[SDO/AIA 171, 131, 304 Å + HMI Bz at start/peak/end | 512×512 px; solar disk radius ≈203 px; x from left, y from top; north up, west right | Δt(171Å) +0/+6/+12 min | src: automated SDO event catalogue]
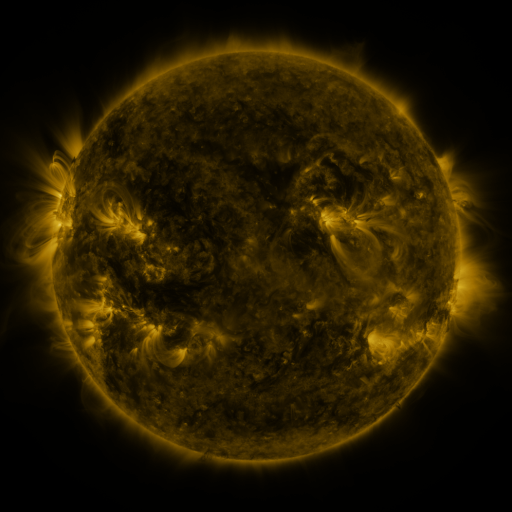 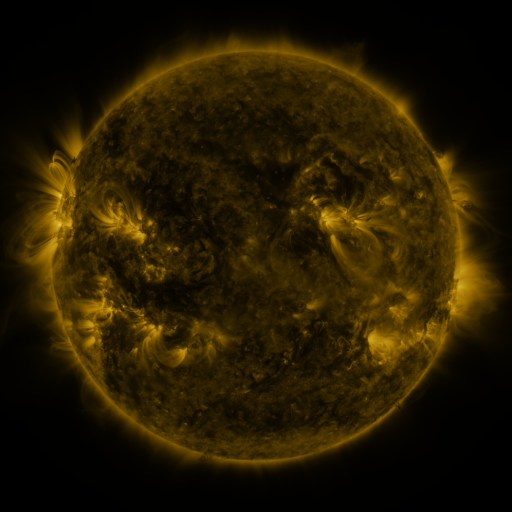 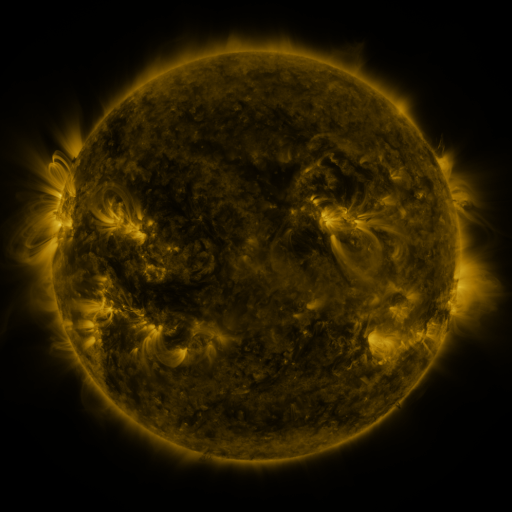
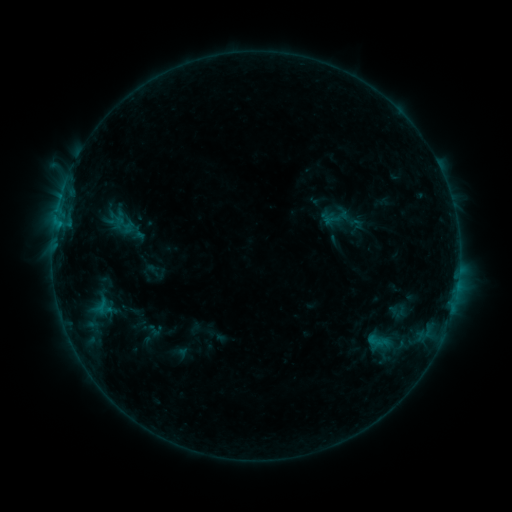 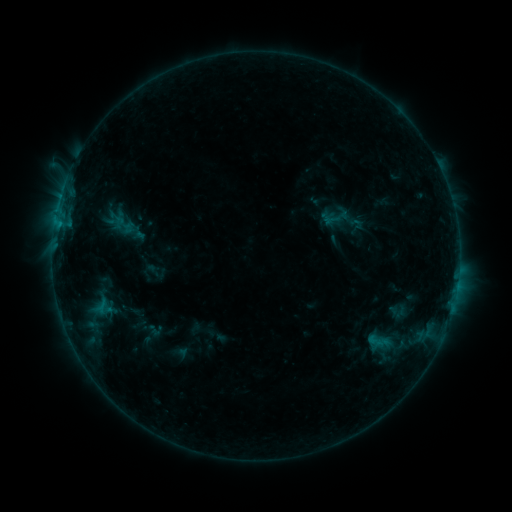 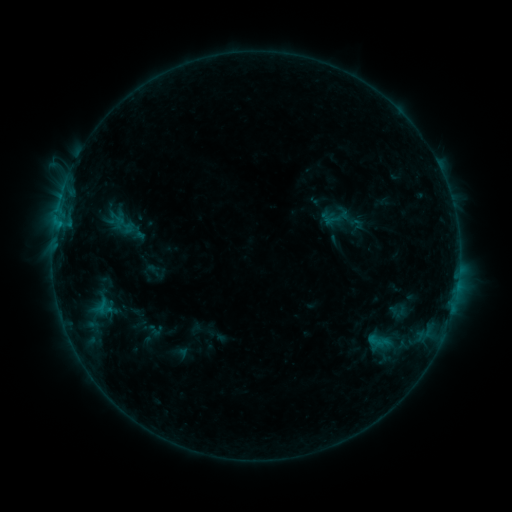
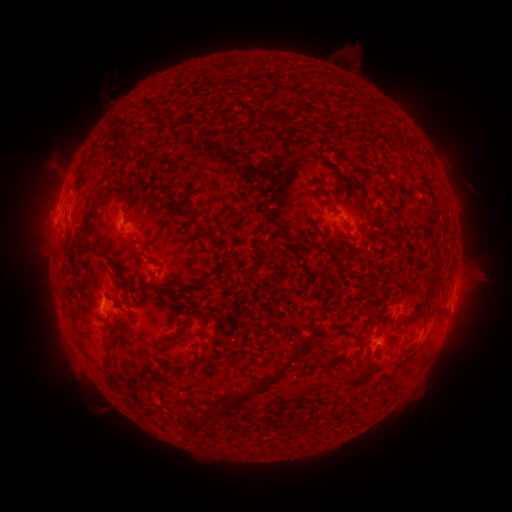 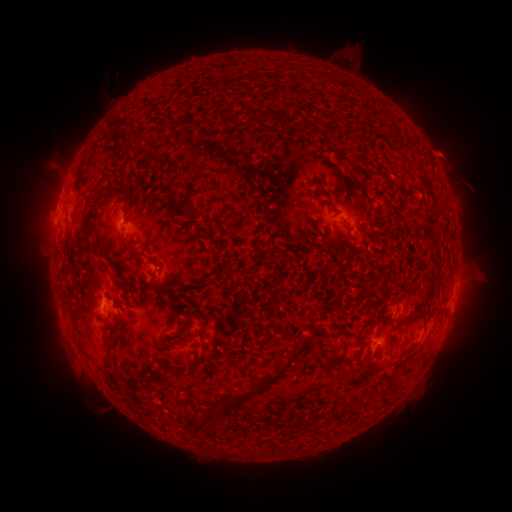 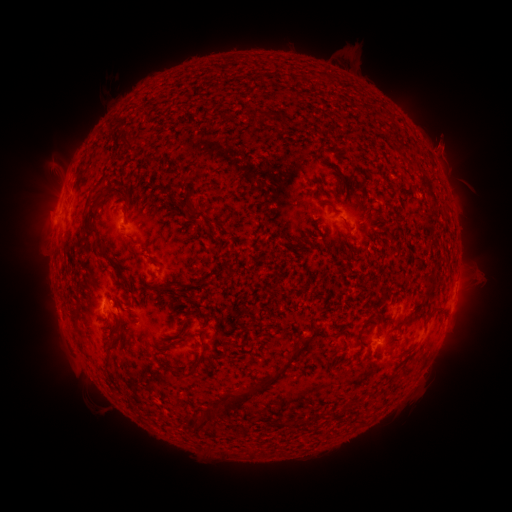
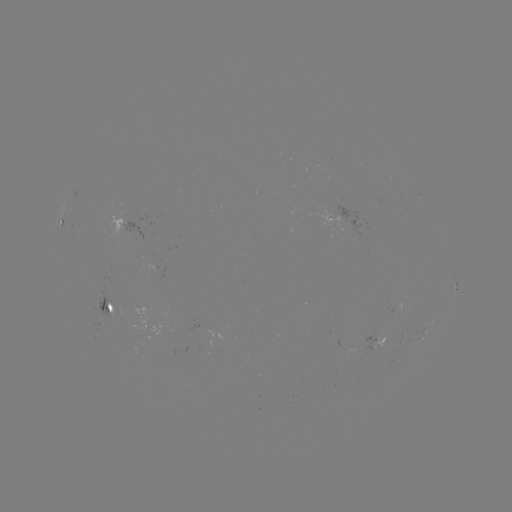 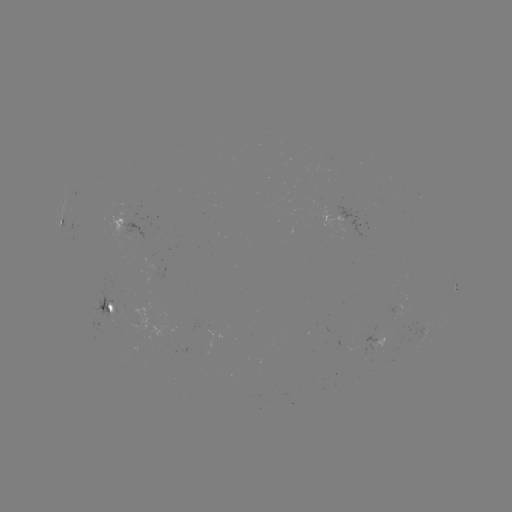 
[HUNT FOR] eruption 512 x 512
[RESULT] [445, 150]